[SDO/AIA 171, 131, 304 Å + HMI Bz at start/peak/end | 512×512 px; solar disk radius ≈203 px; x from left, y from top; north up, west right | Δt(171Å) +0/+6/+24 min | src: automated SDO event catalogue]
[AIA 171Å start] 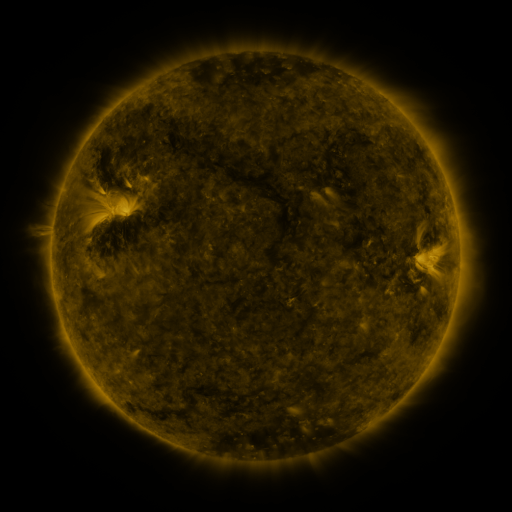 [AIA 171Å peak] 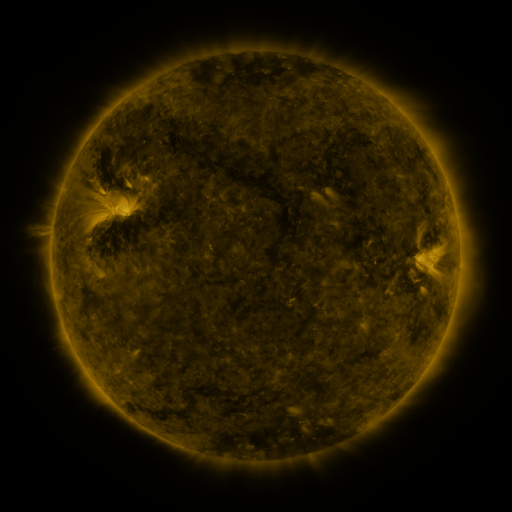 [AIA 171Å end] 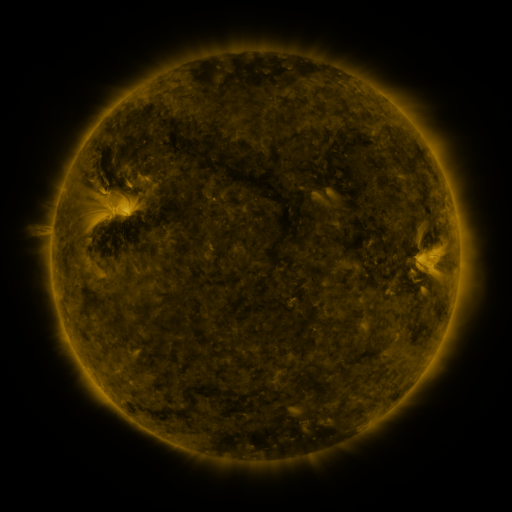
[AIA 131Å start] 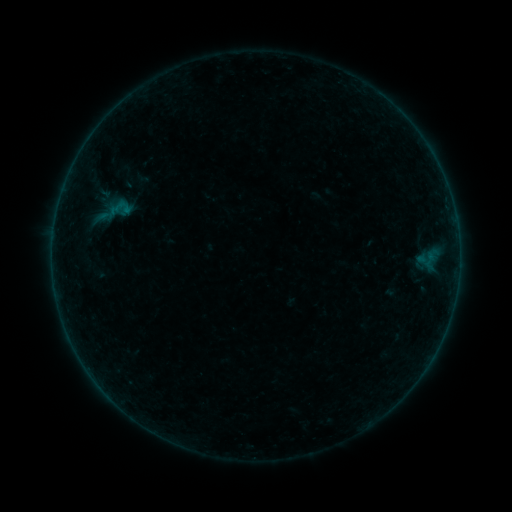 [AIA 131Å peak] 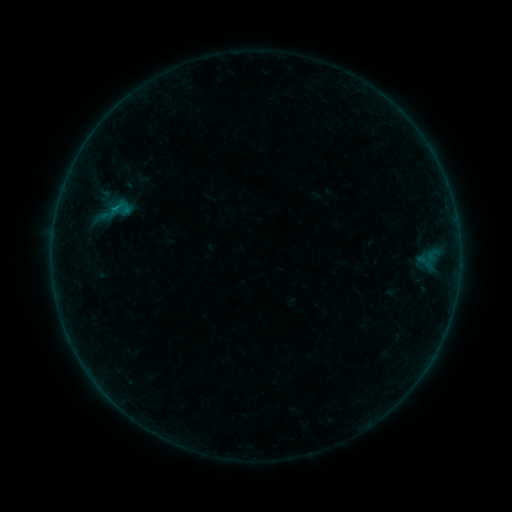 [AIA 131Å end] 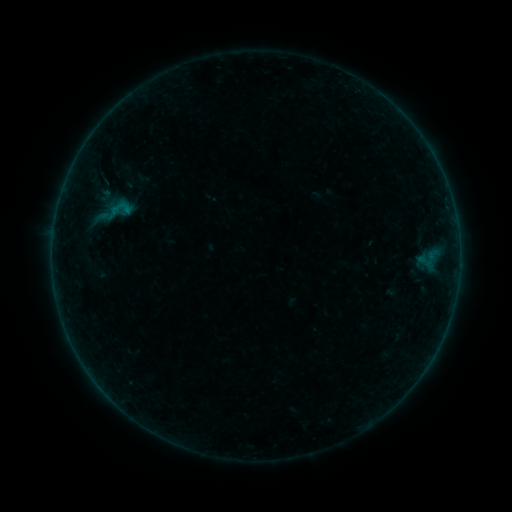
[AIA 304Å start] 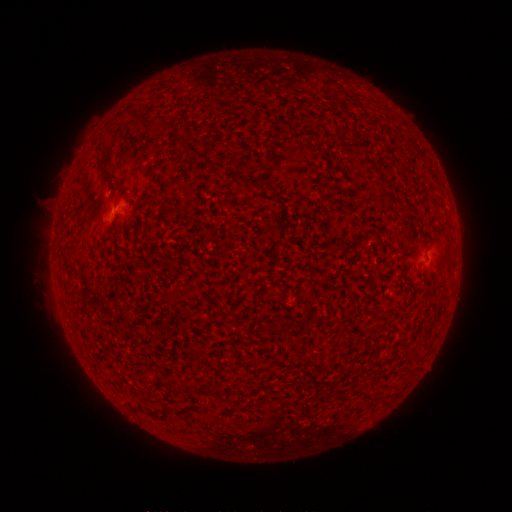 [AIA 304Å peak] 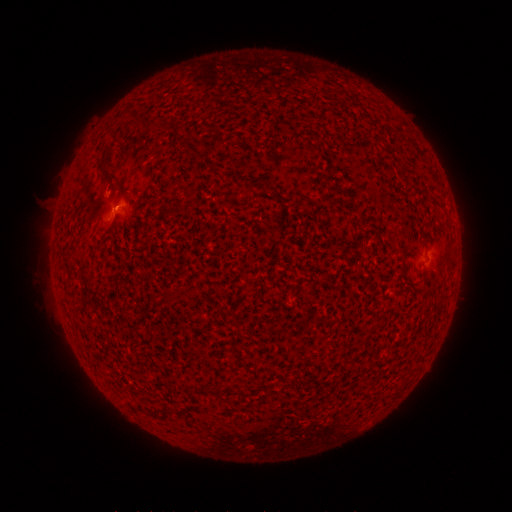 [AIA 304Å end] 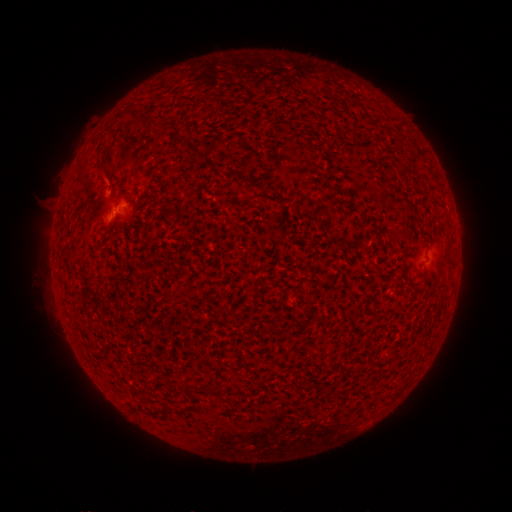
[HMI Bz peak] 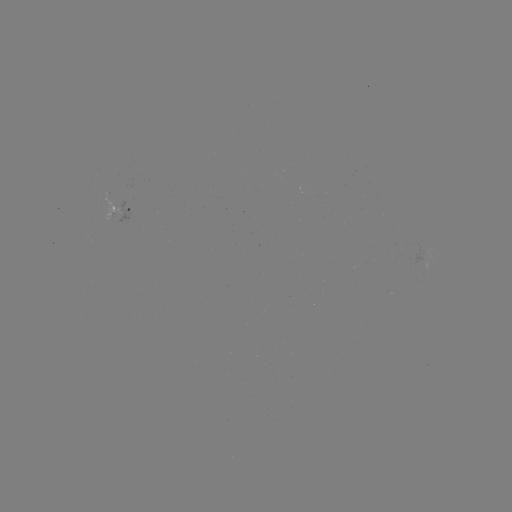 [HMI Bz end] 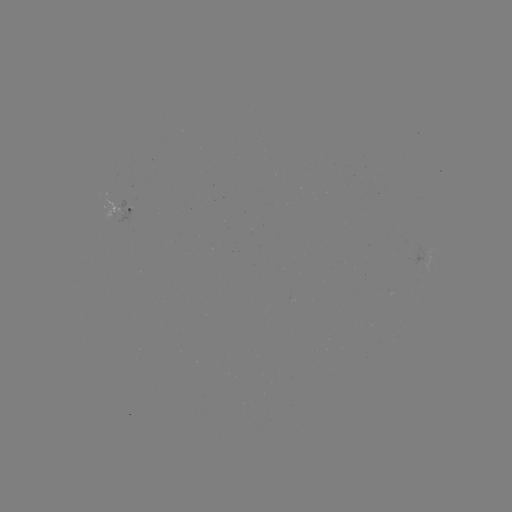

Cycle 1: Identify B1.3 flare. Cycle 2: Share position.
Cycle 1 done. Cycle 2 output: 116,209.